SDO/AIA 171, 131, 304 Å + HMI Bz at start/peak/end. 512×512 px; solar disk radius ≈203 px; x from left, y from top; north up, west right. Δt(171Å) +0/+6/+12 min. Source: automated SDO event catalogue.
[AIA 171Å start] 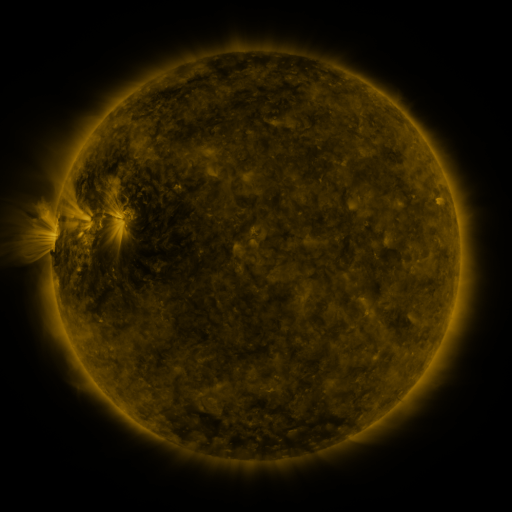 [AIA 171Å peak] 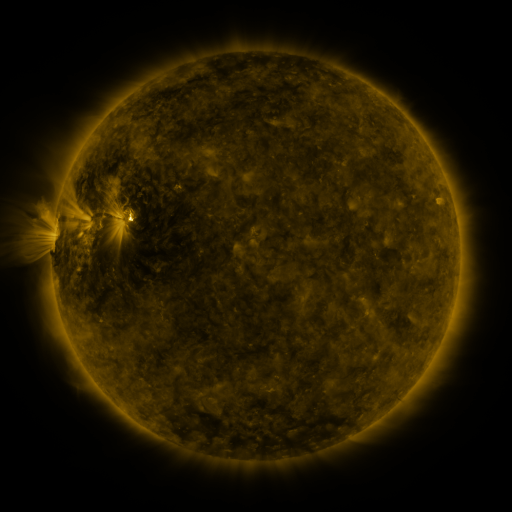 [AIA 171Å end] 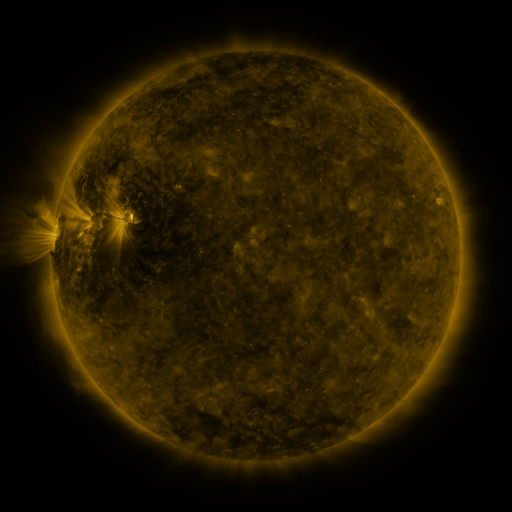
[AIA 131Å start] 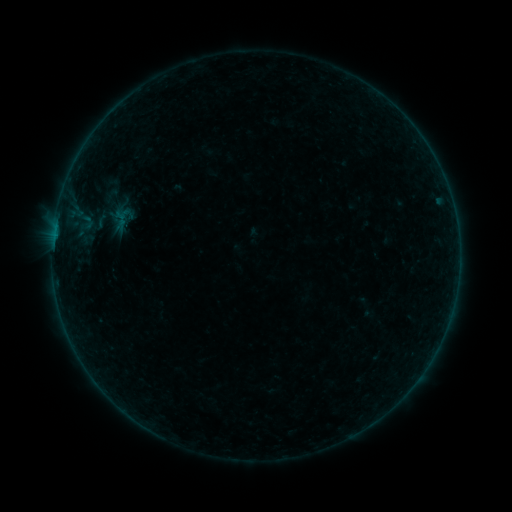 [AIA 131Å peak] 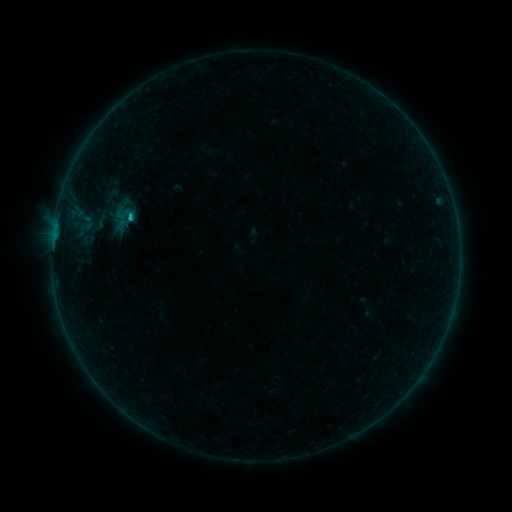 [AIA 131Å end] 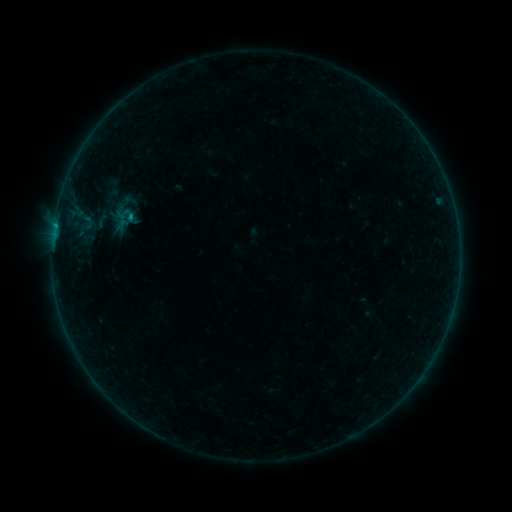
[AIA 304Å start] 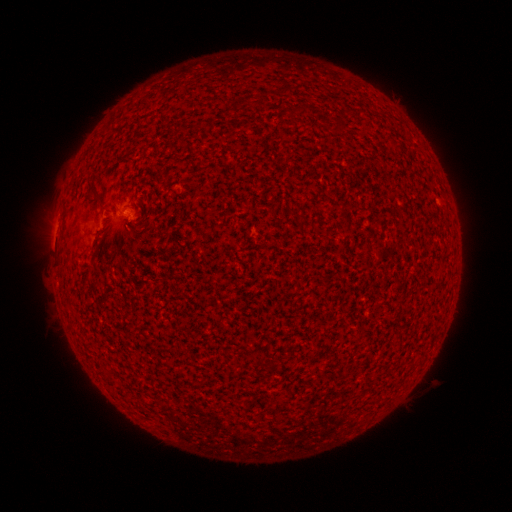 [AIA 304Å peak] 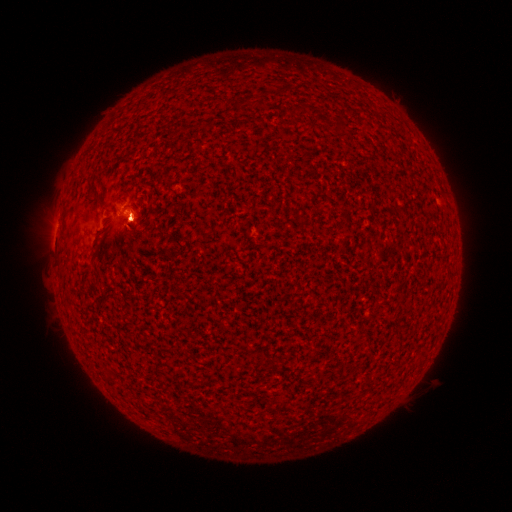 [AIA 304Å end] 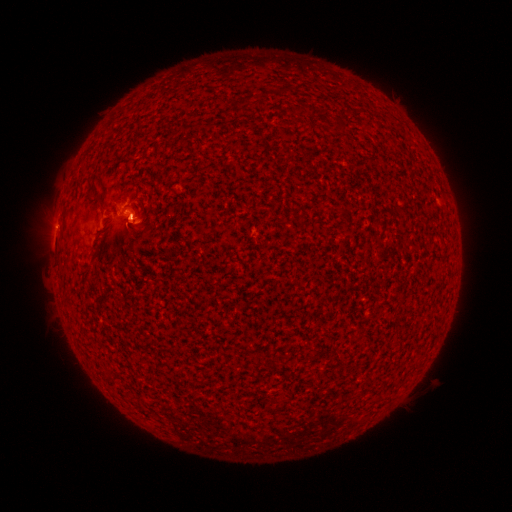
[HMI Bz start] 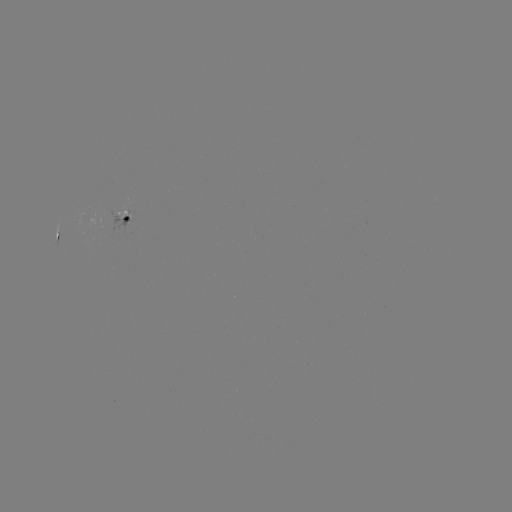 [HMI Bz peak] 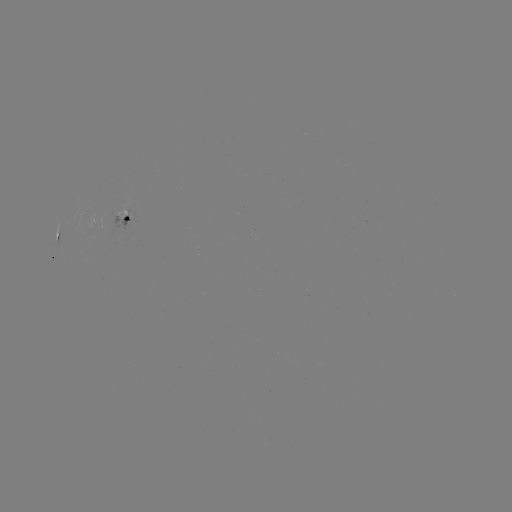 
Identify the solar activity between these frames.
B6.5 flare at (131, 217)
